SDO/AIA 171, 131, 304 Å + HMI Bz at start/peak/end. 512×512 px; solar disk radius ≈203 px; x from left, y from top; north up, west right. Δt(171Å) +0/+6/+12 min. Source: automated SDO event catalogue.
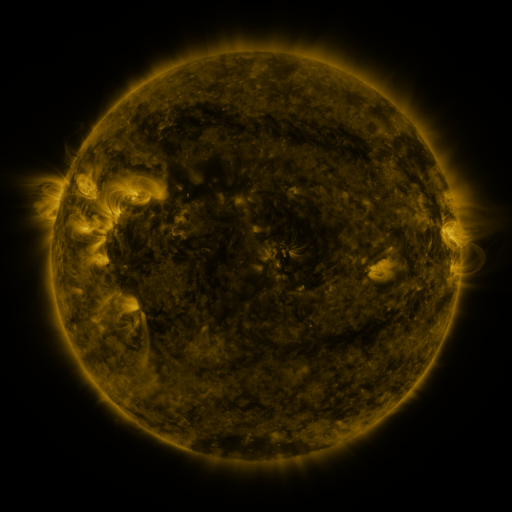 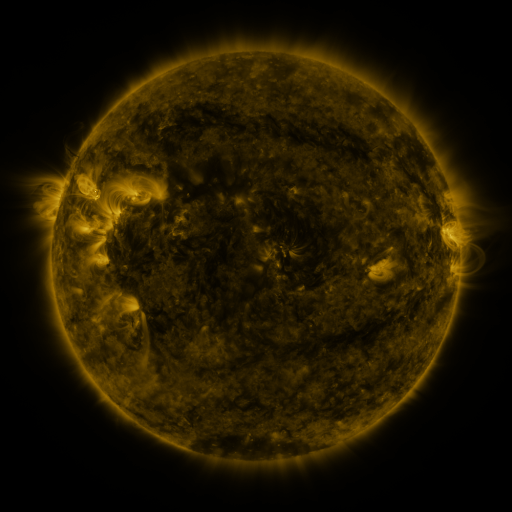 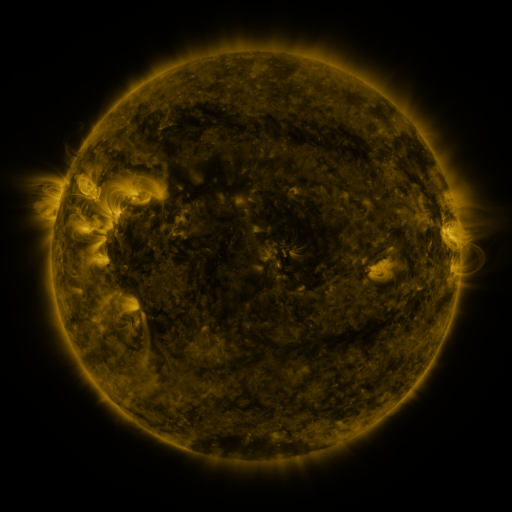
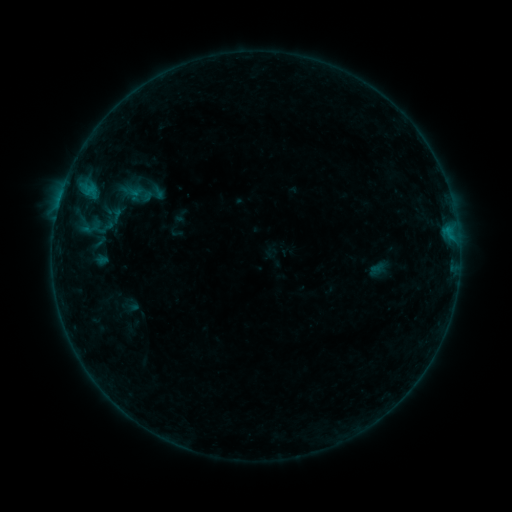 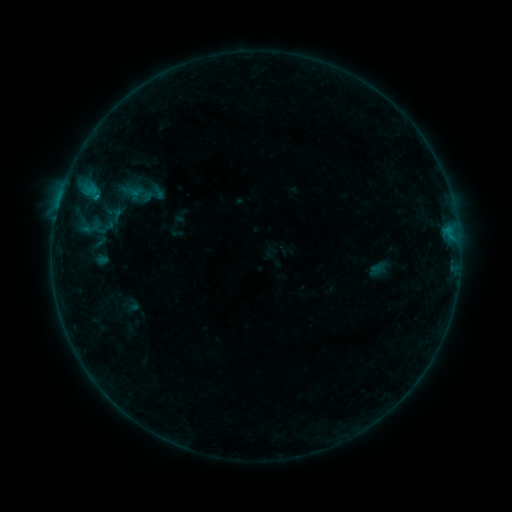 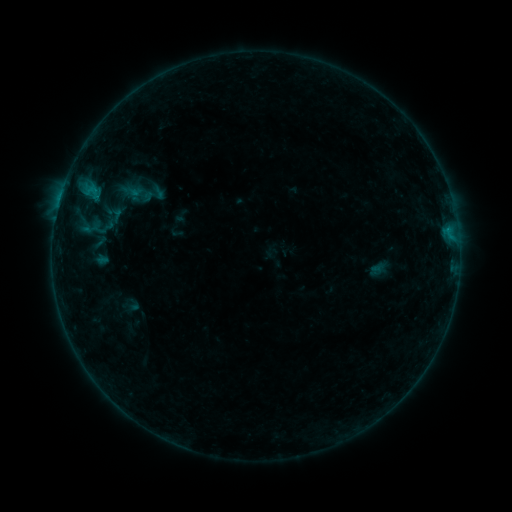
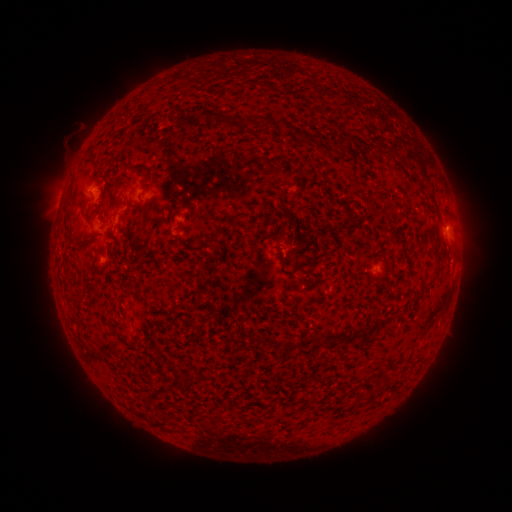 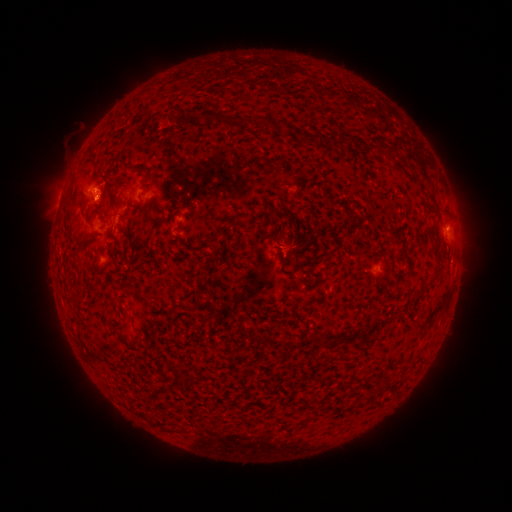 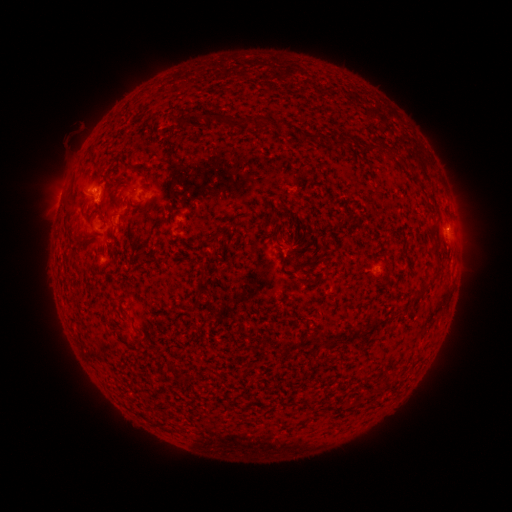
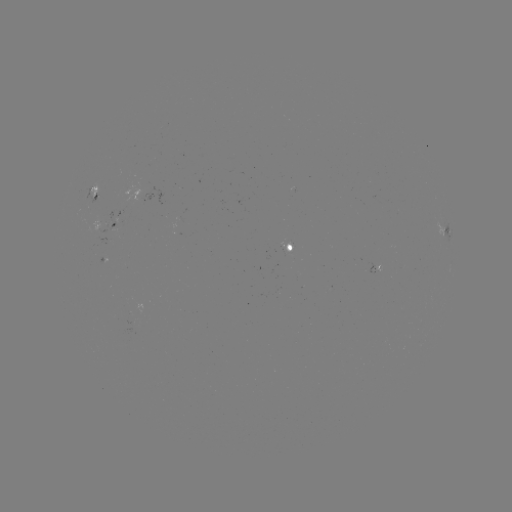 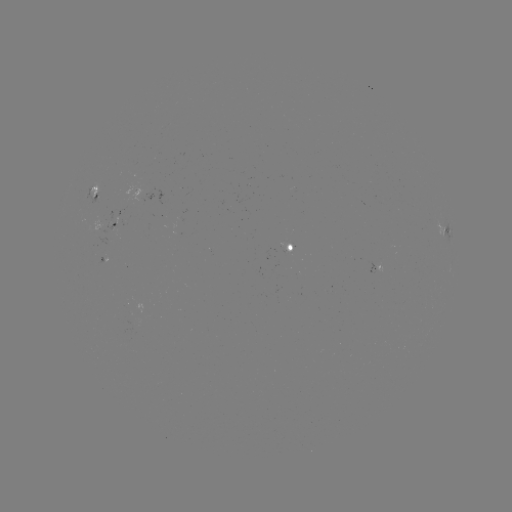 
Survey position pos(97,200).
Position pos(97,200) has B4.3 flare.